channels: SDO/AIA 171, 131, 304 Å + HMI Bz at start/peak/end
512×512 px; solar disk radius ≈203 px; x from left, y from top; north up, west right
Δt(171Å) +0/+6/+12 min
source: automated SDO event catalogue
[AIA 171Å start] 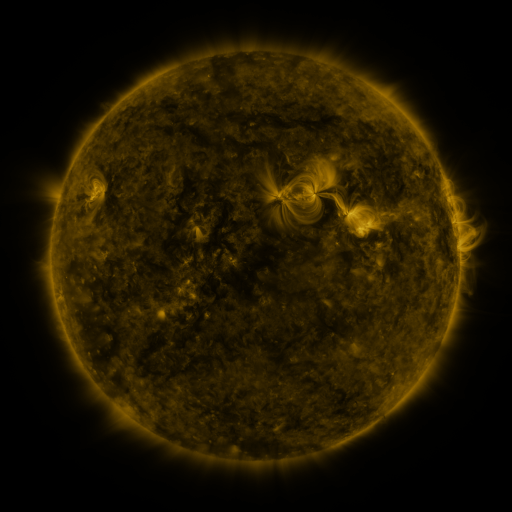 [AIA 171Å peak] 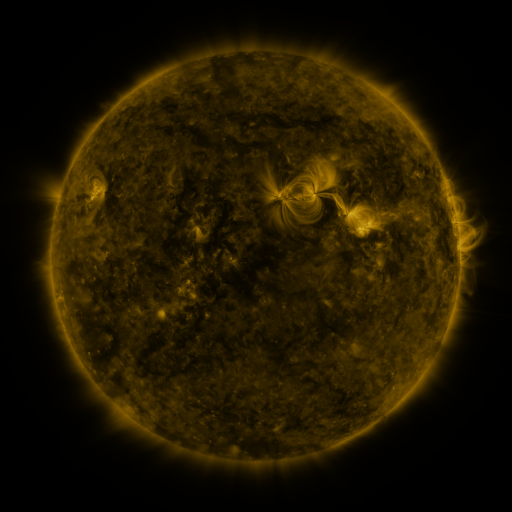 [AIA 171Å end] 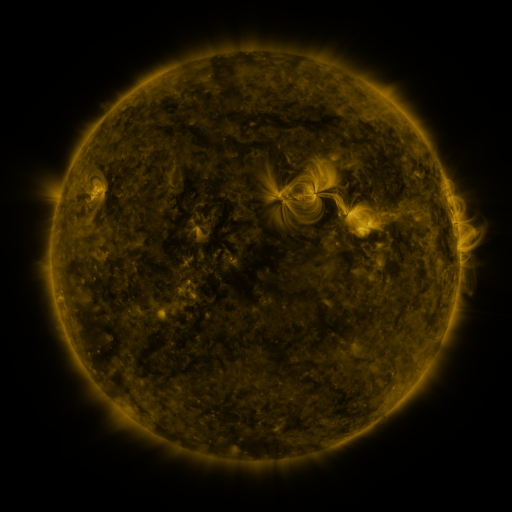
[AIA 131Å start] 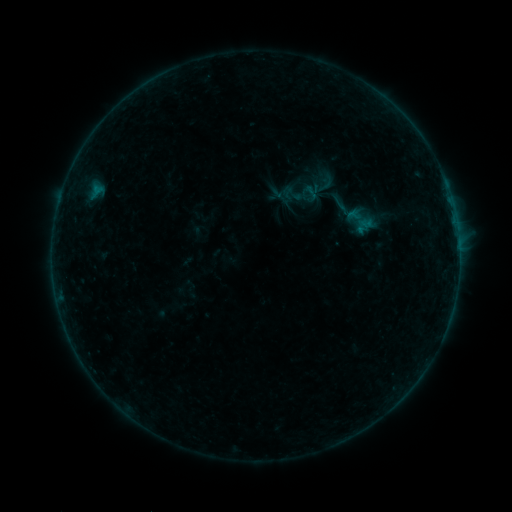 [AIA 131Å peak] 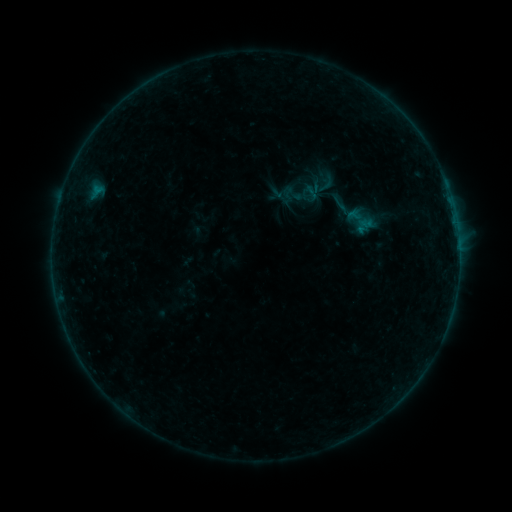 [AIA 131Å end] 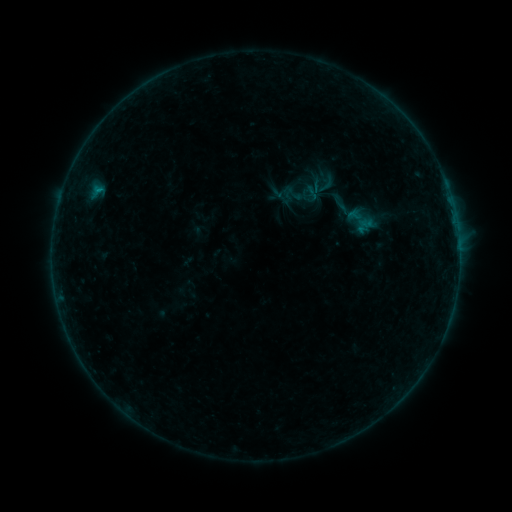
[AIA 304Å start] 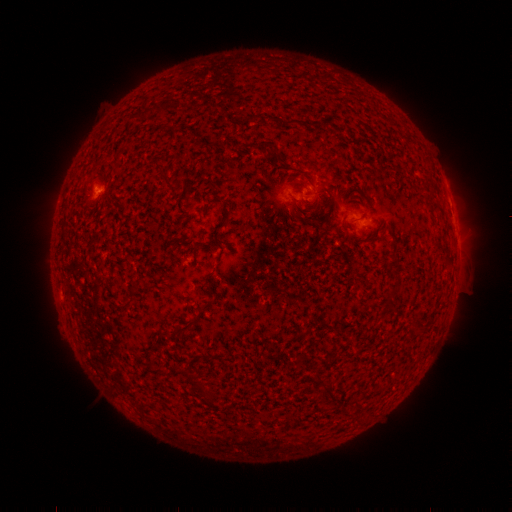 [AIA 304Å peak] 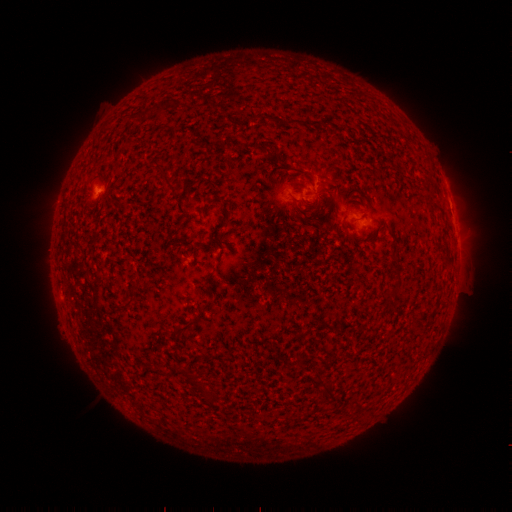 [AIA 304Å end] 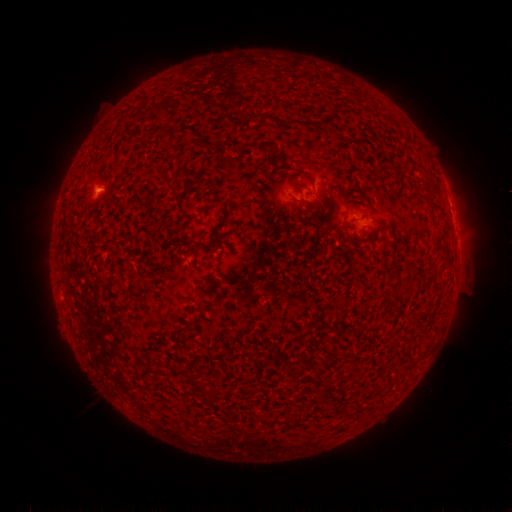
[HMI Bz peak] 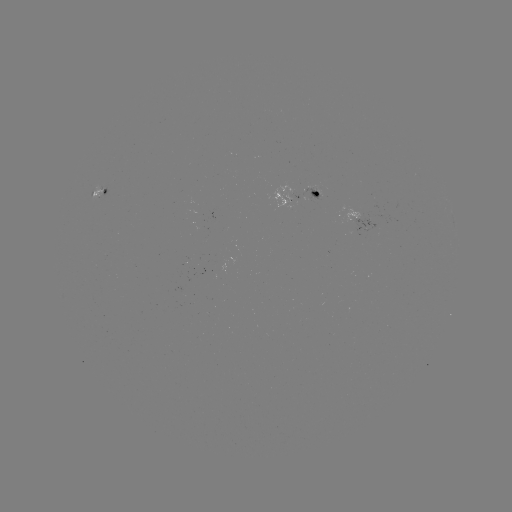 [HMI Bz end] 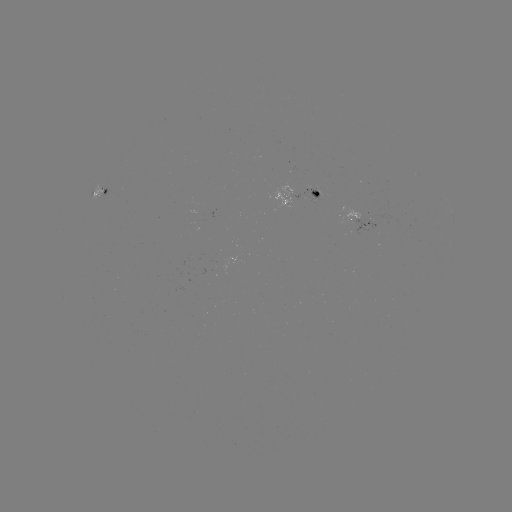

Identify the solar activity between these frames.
B2.3 flare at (98, 192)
